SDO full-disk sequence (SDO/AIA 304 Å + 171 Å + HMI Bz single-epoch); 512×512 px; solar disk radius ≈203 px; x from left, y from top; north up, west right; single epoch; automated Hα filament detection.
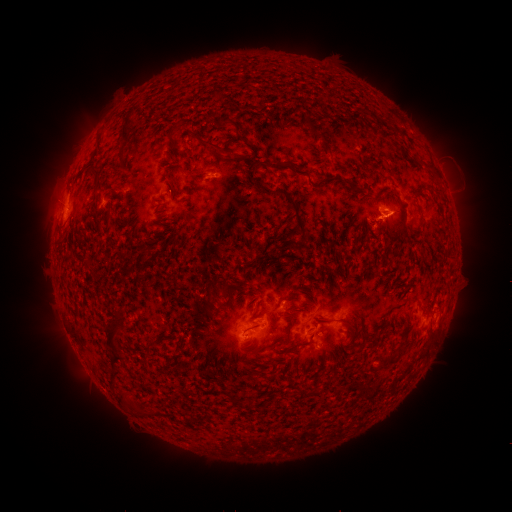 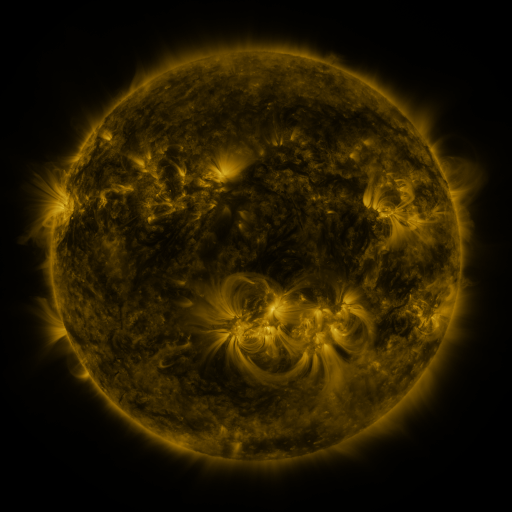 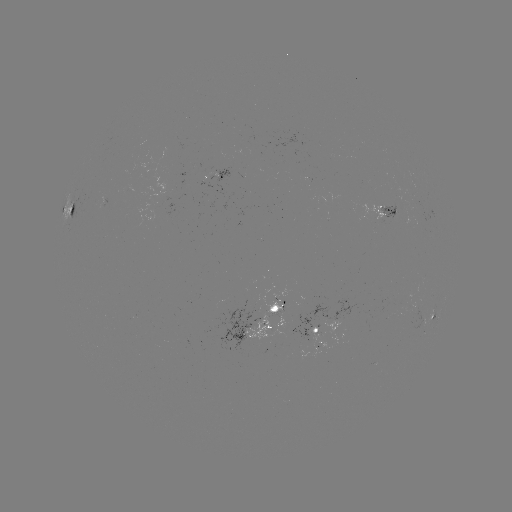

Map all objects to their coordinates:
filament: (213, 90, 223, 100)
filament: (119, 111, 135, 148)
filament: (167, 118, 184, 139)
filament: (215, 118, 236, 129)
filament: (380, 130, 393, 142)
filament: (236, 132, 246, 143)
filament: (314, 133, 331, 153)
filament: (196, 137, 255, 165)
filament: (399, 147, 407, 160)
filament: (88, 152, 101, 179)
filament: (261, 160, 311, 180)
filament: (166, 162, 178, 198)
filament: (105, 163, 120, 174)
filament: (253, 177, 263, 188)
filament: (312, 178, 328, 189)
filament: (272, 185, 310, 239)
filament: (91, 197, 100, 214)
filament: (69, 205, 76, 215)
filament: (153, 229, 167, 238)
filament: (141, 243, 153, 253)
filament: (220, 283, 228, 293)
filament: (214, 285, 236, 313)
filament: (205, 297, 213, 309)
filament: (103, 307, 124, 352)
filament: (199, 316, 212, 324)
filament: (313, 317, 355, 332)
filament: (268, 320, 292, 350)
filament: (245, 322, 260, 331)
filament: (145, 338, 157, 350)
filament: (109, 351, 126, 365)
filament: (111, 367, 124, 381)
filament: (224, 388, 238, 403)
filament: (116, 389, 129, 405)
